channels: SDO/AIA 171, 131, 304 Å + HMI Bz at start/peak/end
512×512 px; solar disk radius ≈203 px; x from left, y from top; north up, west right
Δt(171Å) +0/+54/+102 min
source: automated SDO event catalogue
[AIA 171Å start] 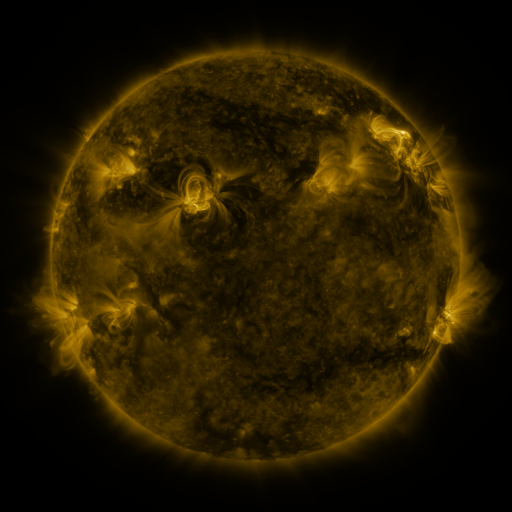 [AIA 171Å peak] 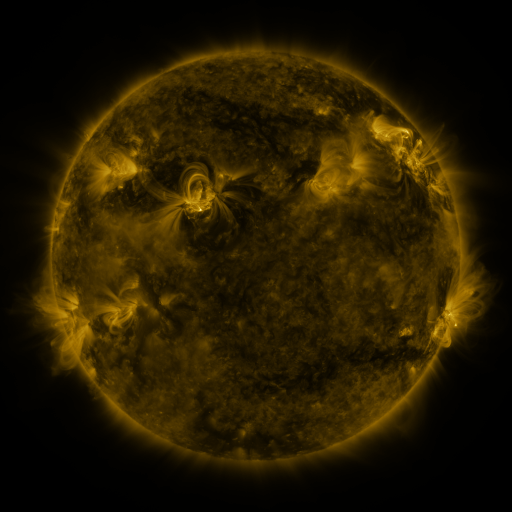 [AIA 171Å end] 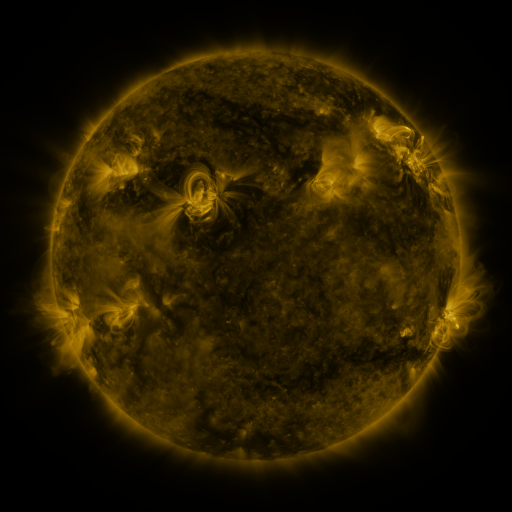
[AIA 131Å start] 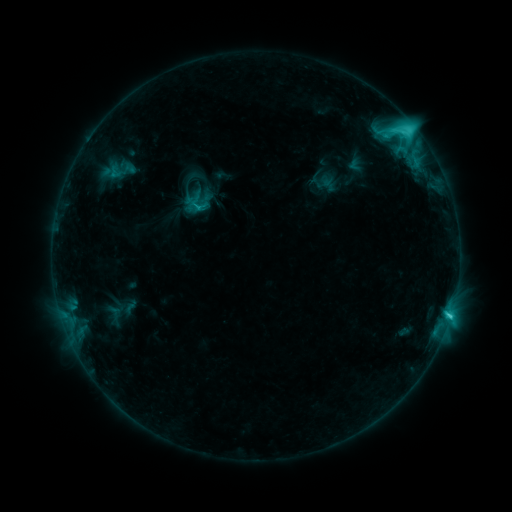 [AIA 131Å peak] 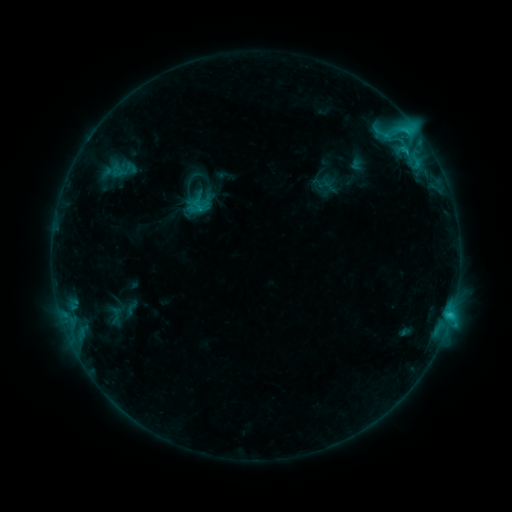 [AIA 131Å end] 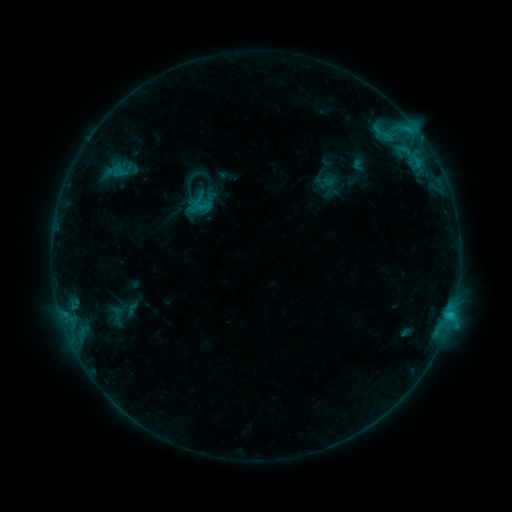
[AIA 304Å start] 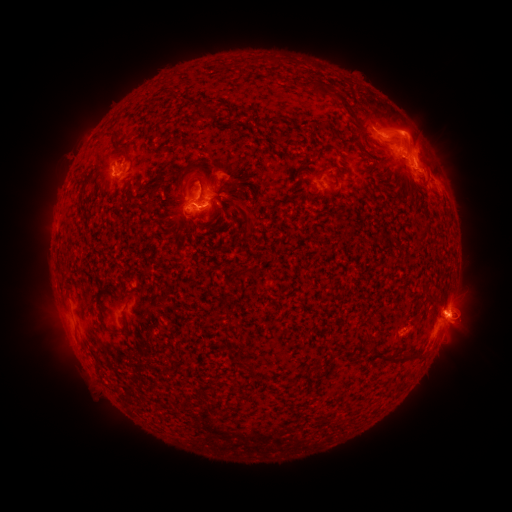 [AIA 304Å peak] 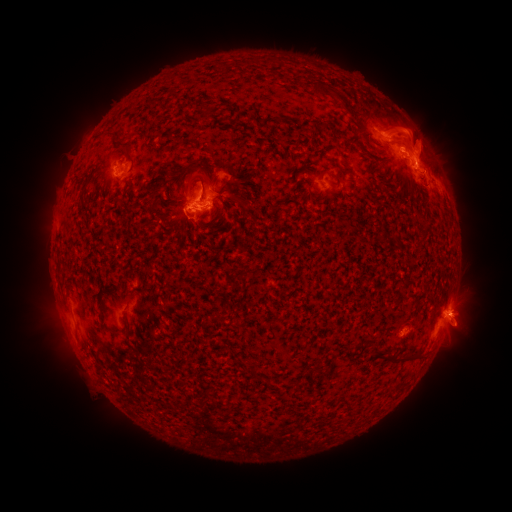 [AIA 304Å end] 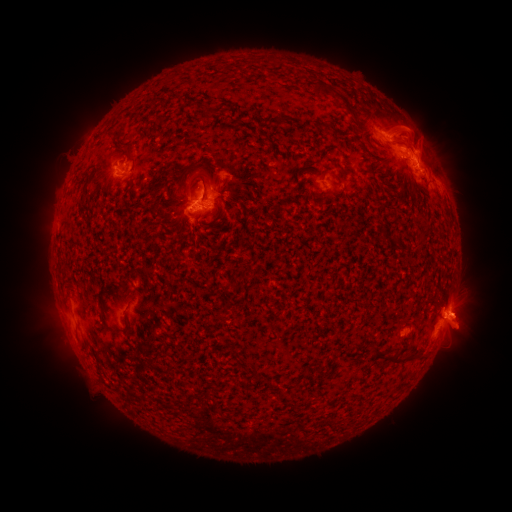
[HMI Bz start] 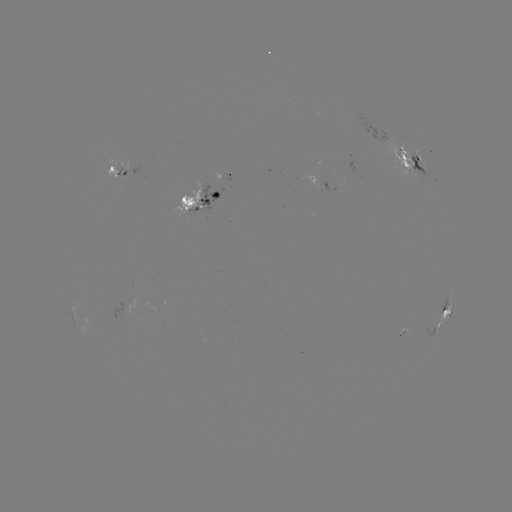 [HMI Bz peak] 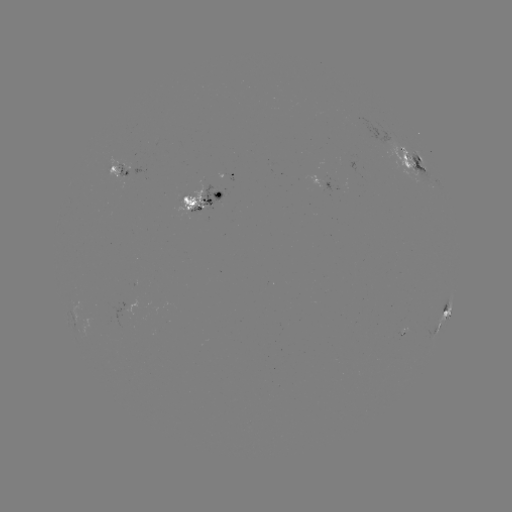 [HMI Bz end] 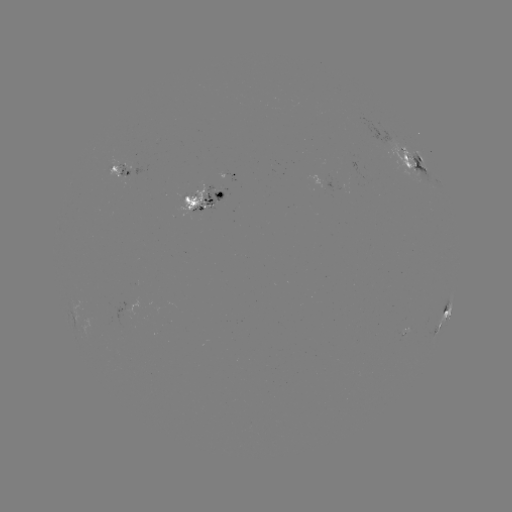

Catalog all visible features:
emerging-flux region: (123, 169)
